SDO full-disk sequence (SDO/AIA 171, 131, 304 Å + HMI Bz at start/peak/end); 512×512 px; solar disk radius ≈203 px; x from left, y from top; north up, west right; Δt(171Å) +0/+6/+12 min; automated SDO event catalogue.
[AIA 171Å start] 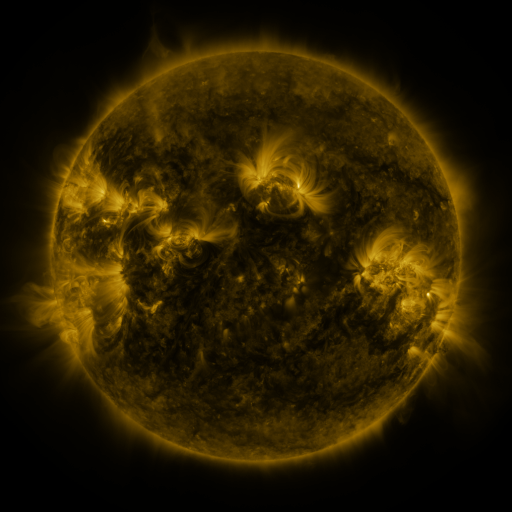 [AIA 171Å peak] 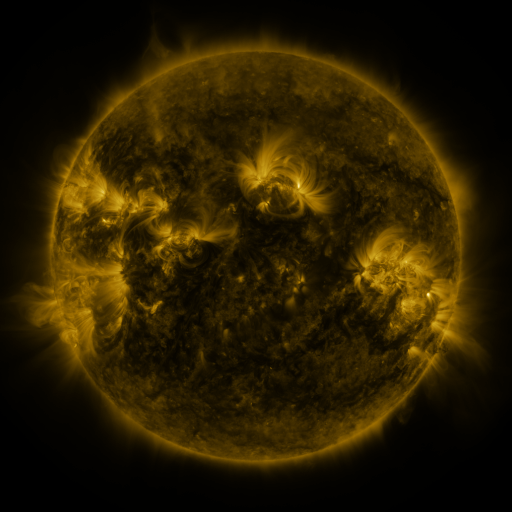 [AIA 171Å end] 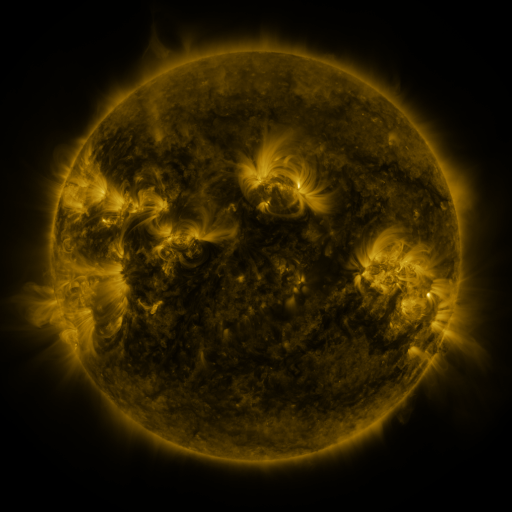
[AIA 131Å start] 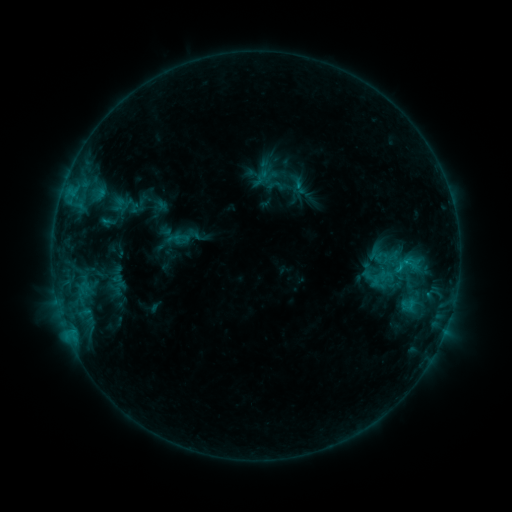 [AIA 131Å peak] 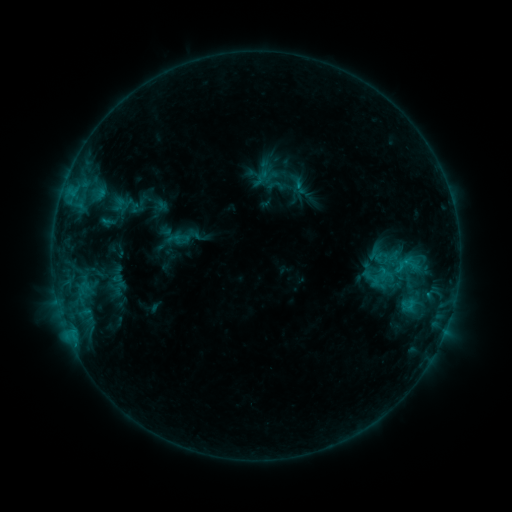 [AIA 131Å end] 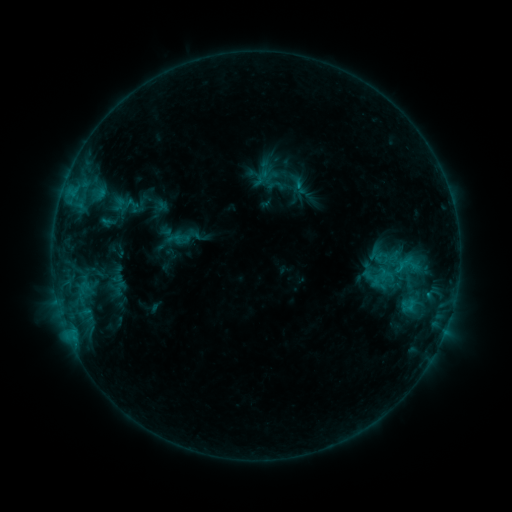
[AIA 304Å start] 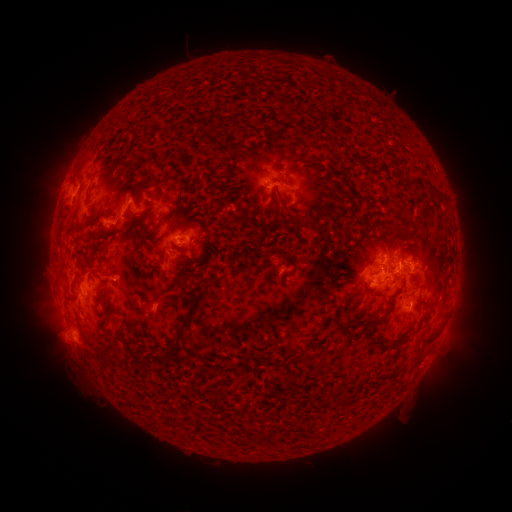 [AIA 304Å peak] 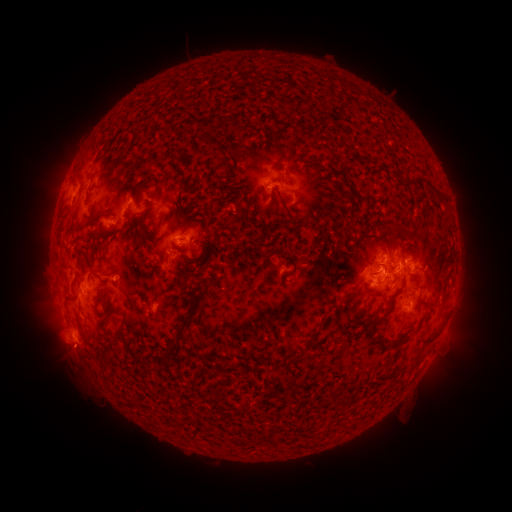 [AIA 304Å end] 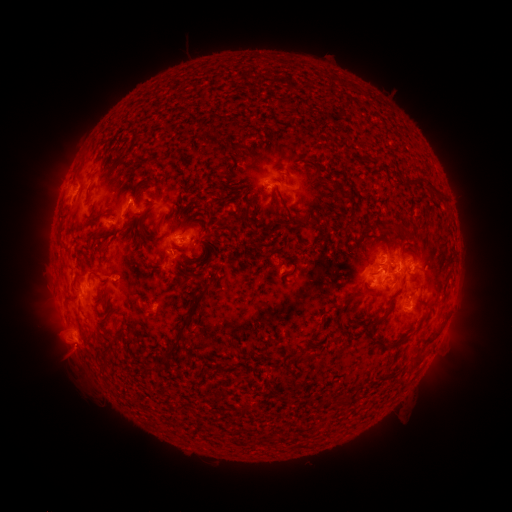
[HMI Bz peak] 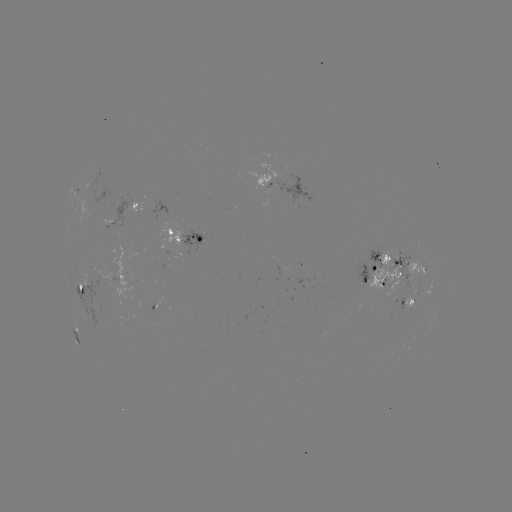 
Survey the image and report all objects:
eruption: (71, 359)
